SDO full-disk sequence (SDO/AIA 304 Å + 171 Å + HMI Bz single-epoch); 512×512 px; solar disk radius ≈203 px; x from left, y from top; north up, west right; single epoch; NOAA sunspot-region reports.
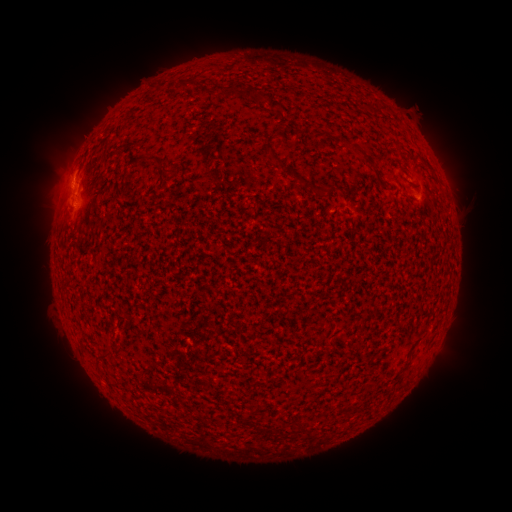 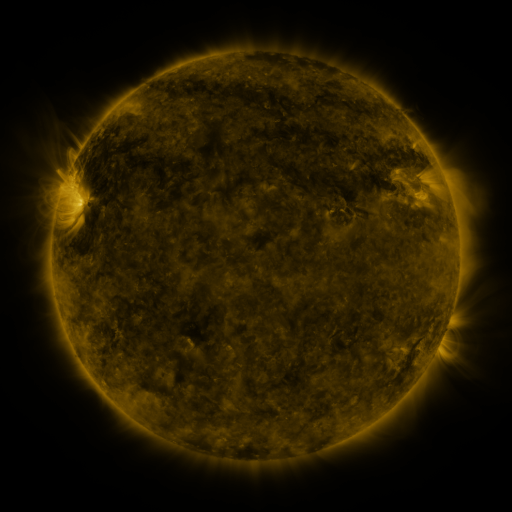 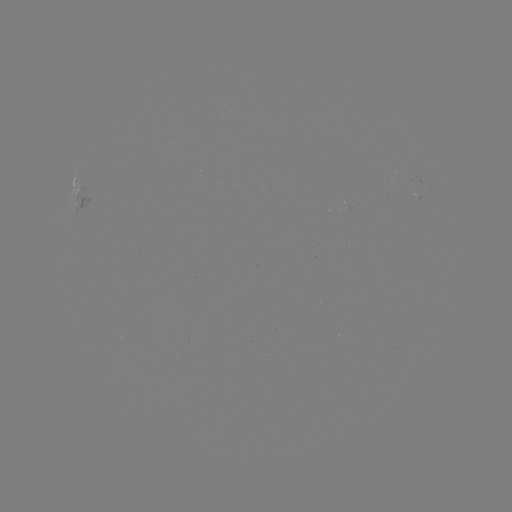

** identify spotted active region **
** (71, 197) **